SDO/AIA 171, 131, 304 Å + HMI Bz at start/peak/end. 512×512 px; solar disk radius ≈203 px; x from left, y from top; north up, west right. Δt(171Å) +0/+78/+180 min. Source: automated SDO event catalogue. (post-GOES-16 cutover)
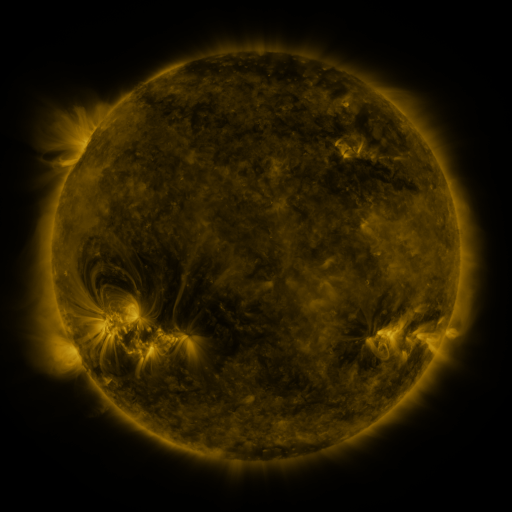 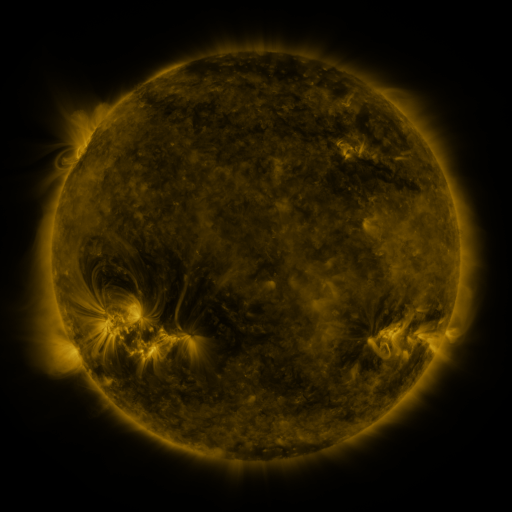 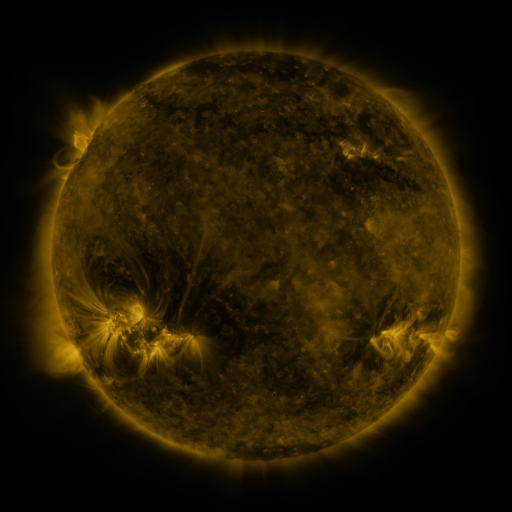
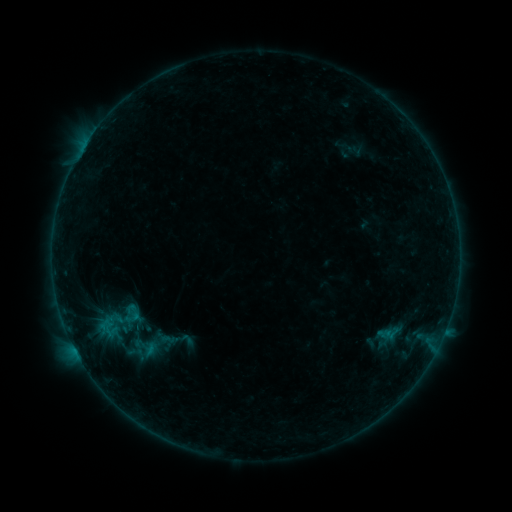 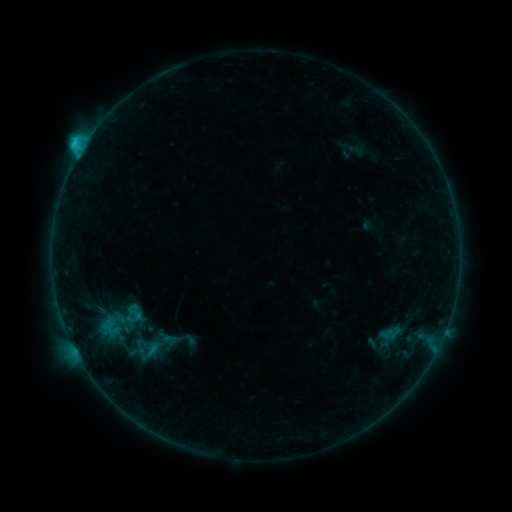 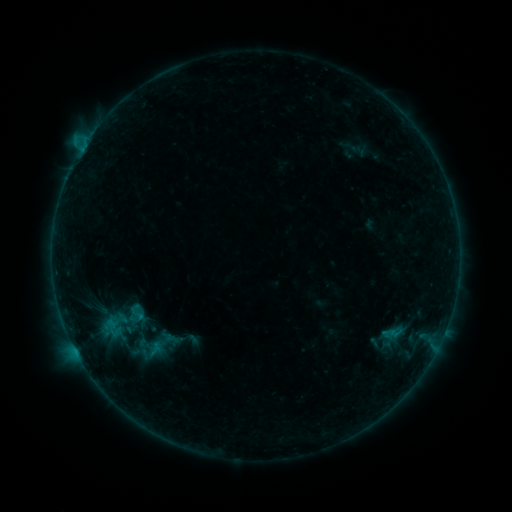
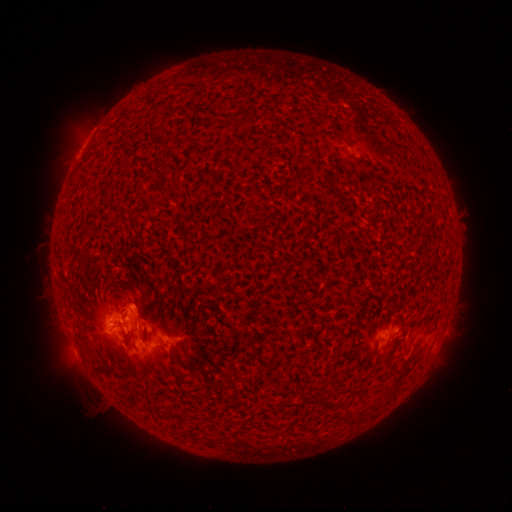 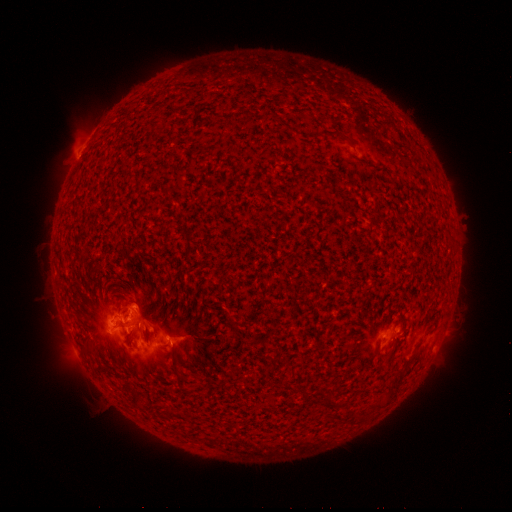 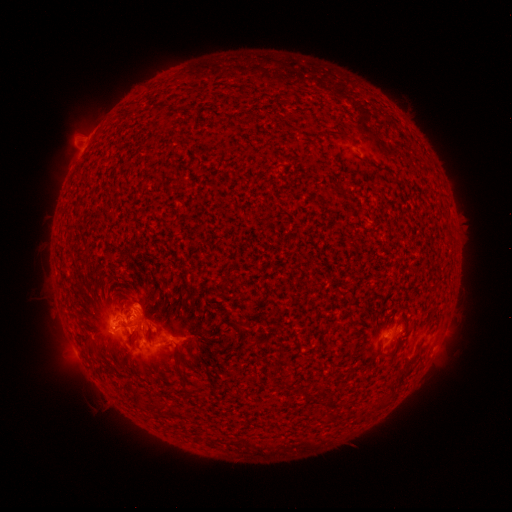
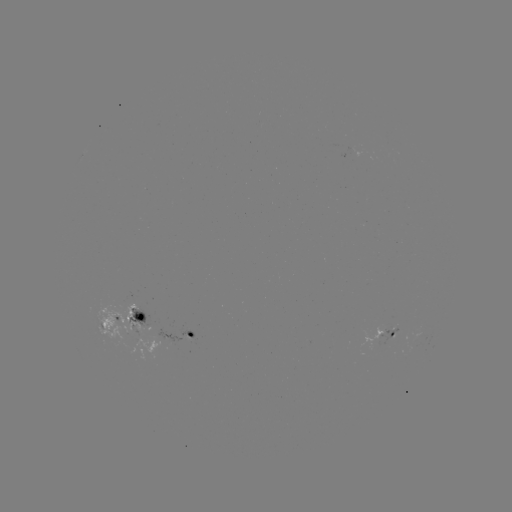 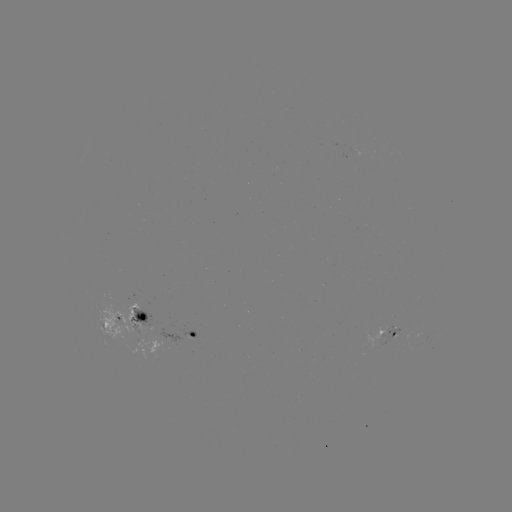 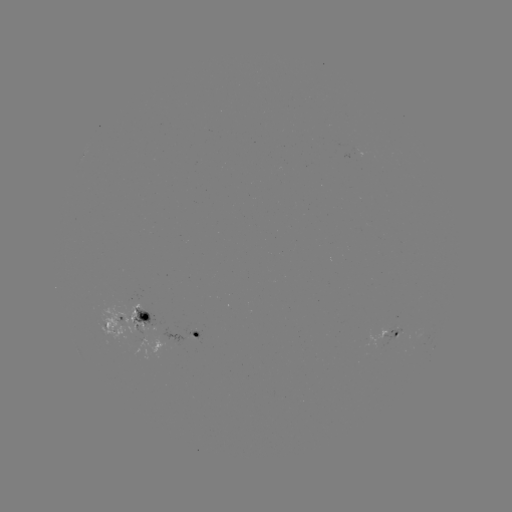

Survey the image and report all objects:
C2.7 flare: (80, 154)
